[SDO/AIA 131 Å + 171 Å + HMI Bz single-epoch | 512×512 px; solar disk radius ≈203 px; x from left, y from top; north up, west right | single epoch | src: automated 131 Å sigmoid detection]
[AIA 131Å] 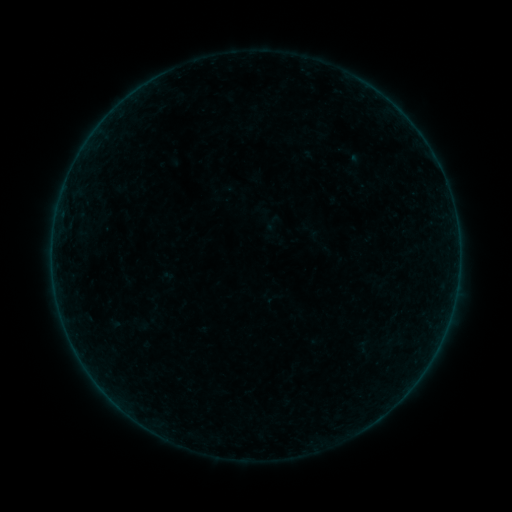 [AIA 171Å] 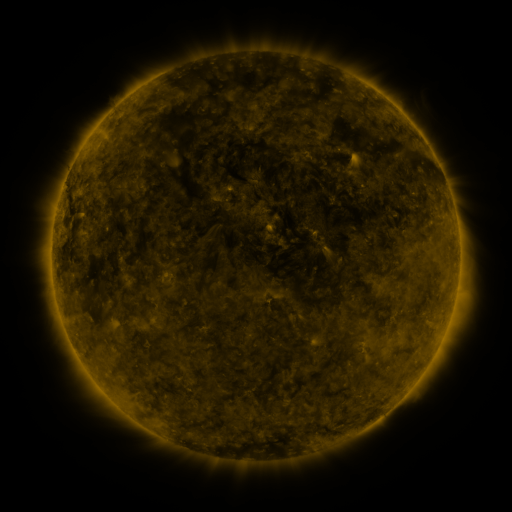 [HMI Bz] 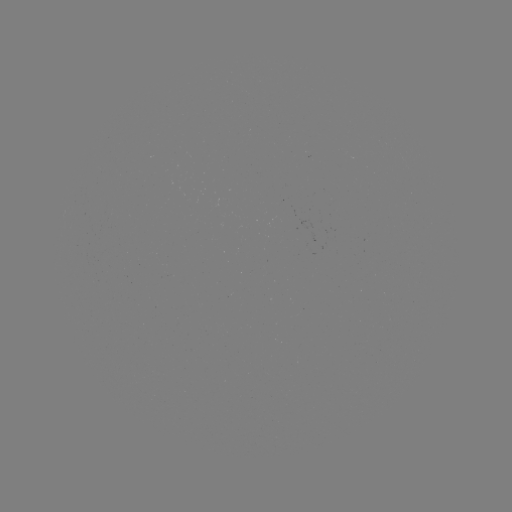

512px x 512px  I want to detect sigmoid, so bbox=[261, 213, 285, 236].